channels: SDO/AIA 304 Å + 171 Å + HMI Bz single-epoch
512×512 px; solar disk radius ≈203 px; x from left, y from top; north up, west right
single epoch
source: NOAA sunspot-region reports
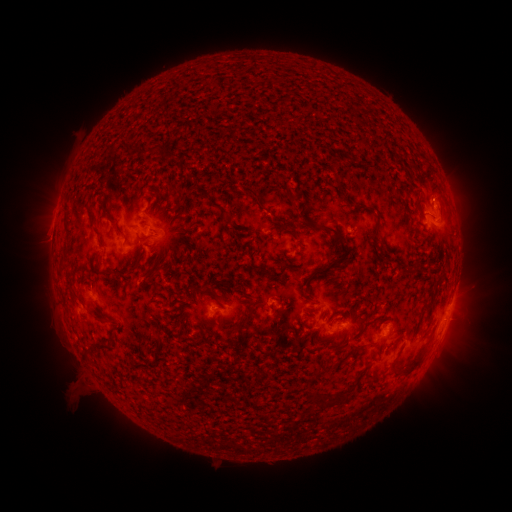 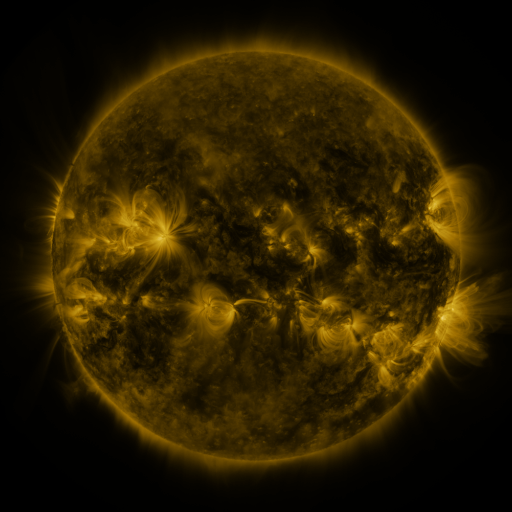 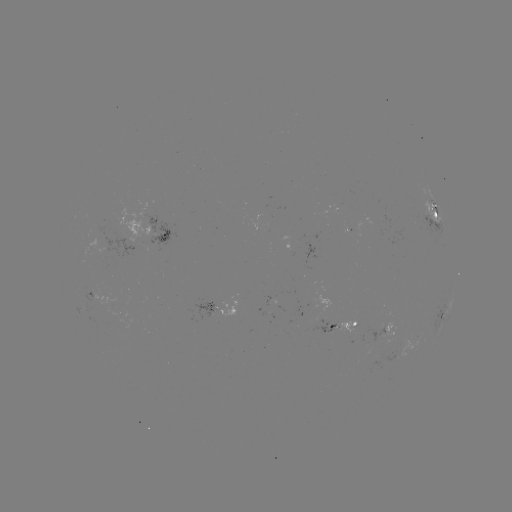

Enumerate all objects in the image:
spotted active region: (434, 210)
spotted active region: (162, 235)
spotted active region: (128, 247)
spotted active region: (444, 315)
spotted active region: (392, 326)
spotted active region: (342, 327)
